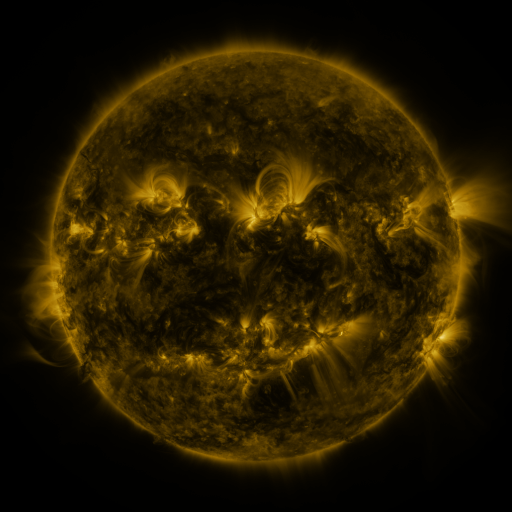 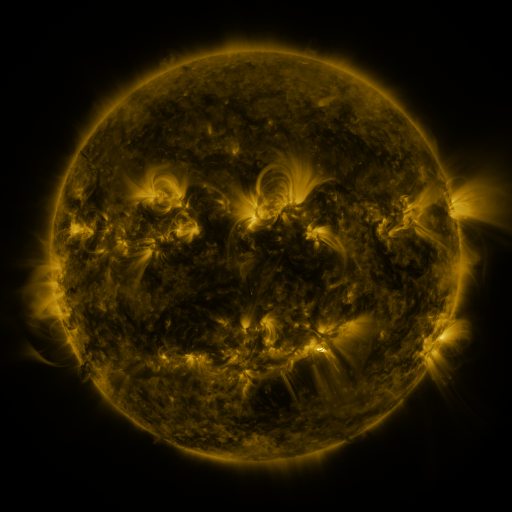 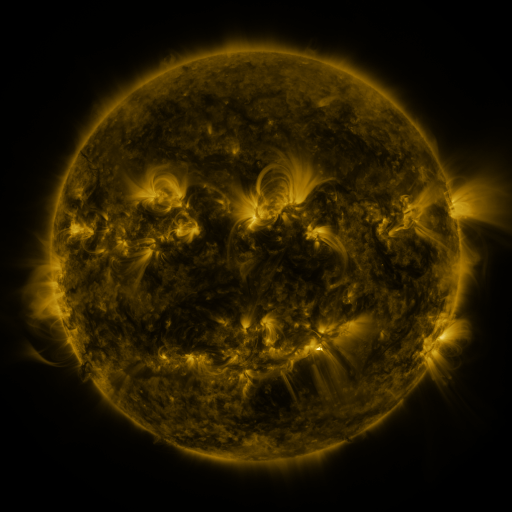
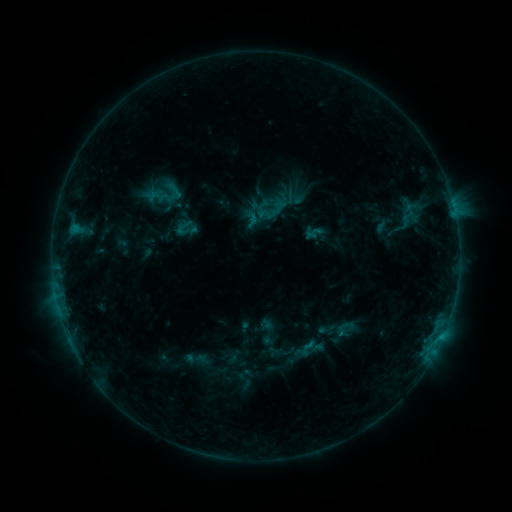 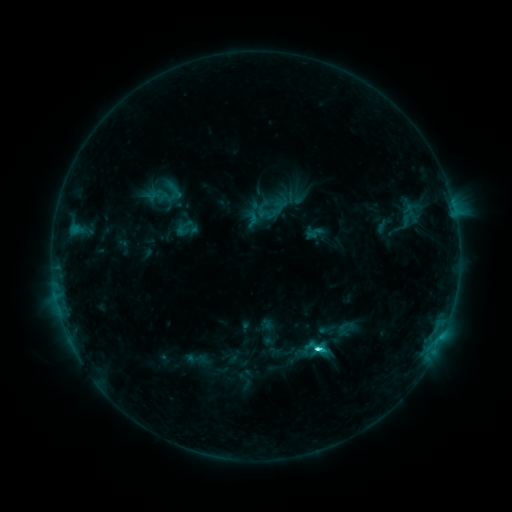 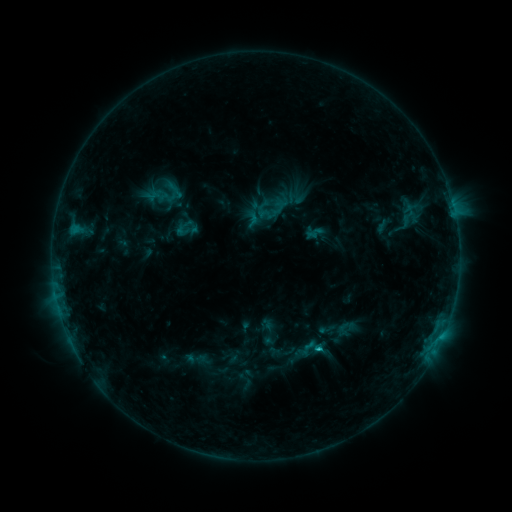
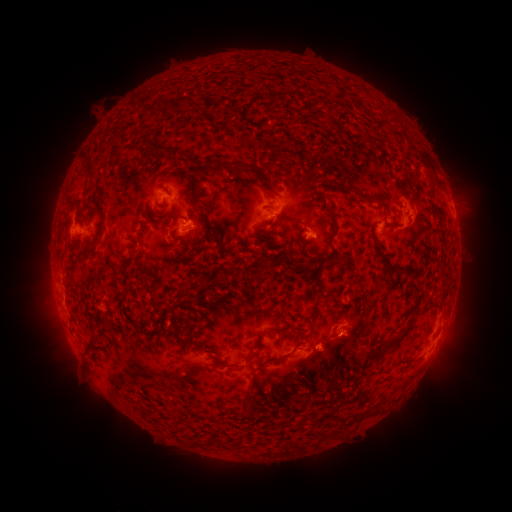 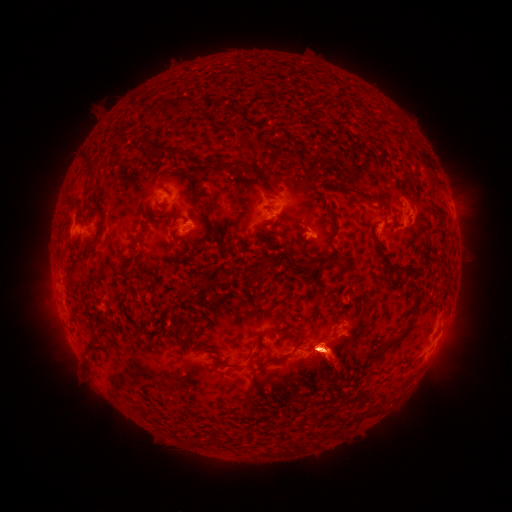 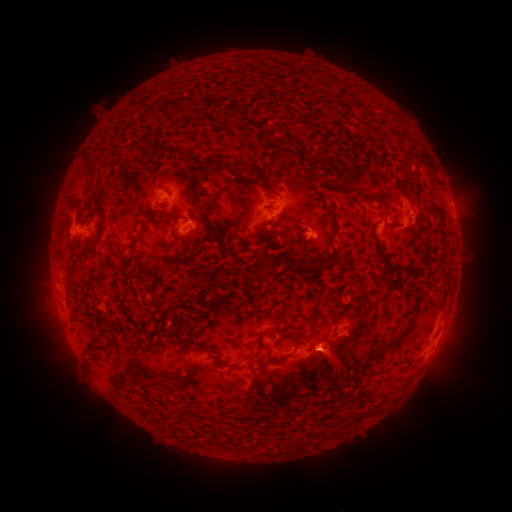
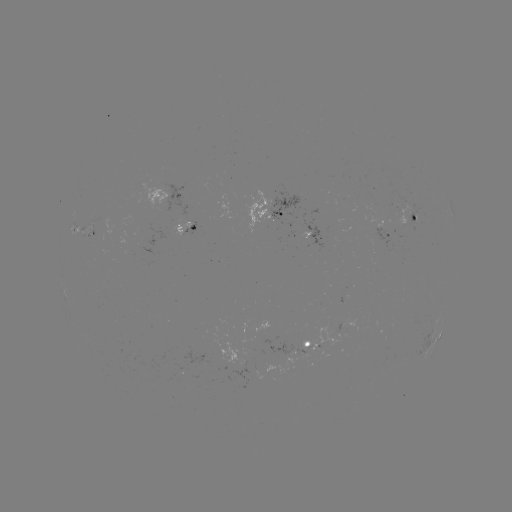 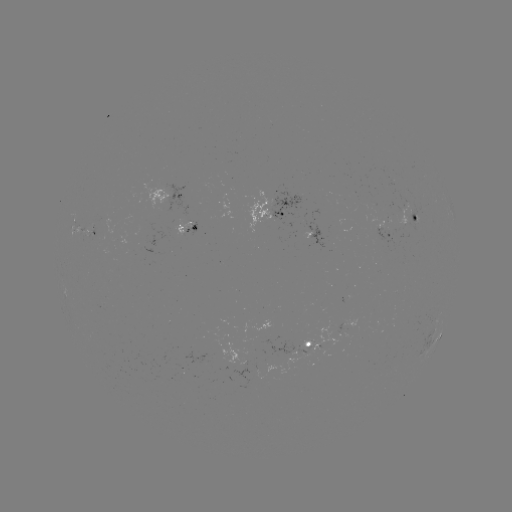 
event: flare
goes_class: C2.8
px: (316, 346)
